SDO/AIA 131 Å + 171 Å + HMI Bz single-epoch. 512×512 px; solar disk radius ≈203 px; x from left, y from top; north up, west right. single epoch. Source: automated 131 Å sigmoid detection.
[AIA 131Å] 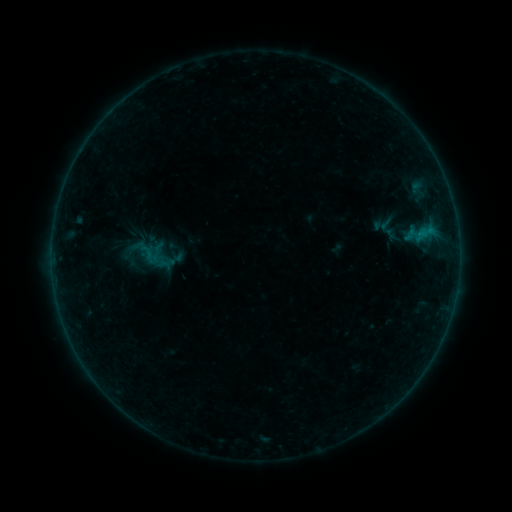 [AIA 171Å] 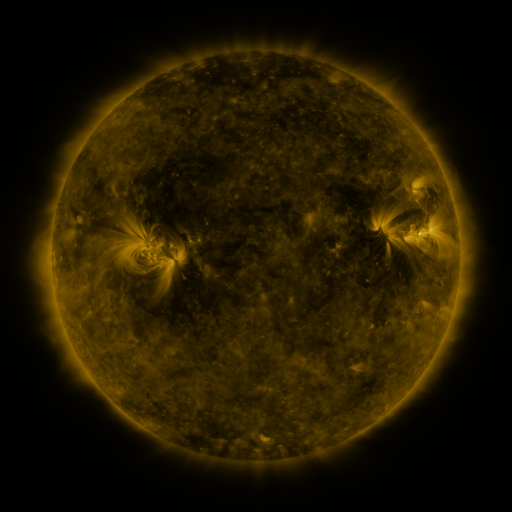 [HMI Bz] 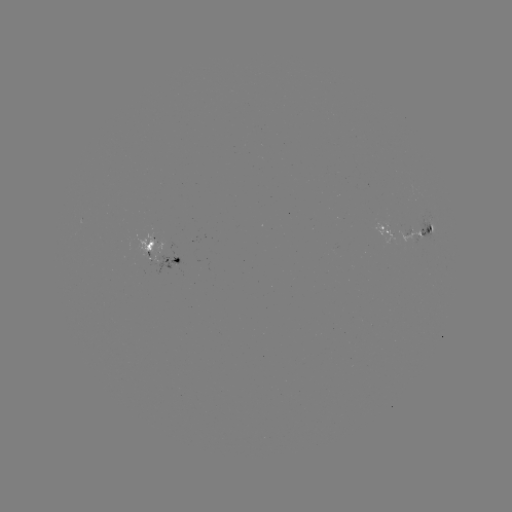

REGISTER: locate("sigmoid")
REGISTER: (147, 254)